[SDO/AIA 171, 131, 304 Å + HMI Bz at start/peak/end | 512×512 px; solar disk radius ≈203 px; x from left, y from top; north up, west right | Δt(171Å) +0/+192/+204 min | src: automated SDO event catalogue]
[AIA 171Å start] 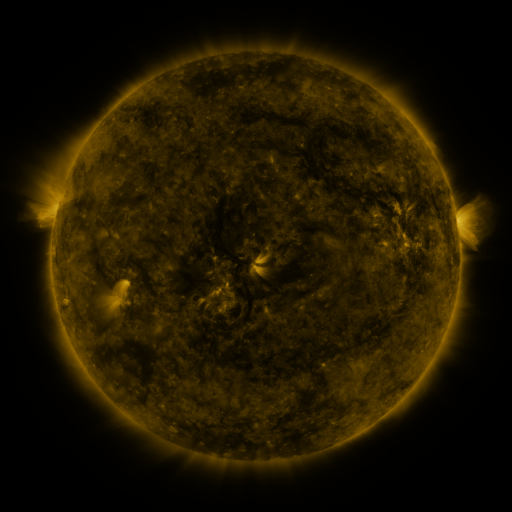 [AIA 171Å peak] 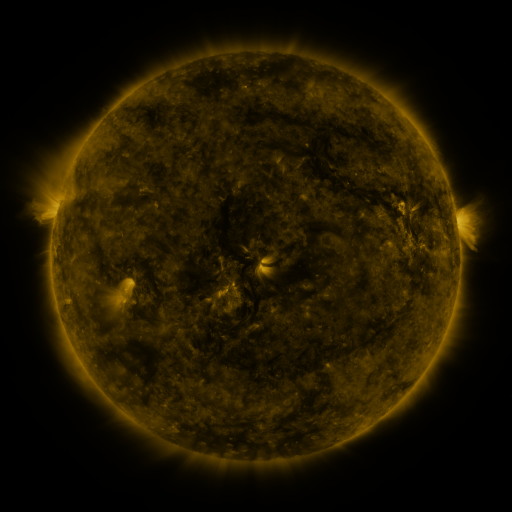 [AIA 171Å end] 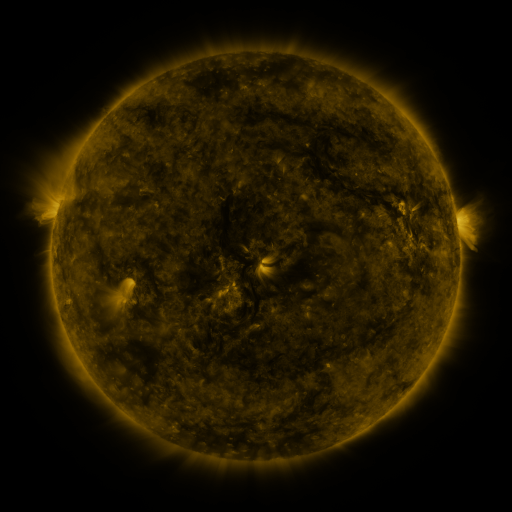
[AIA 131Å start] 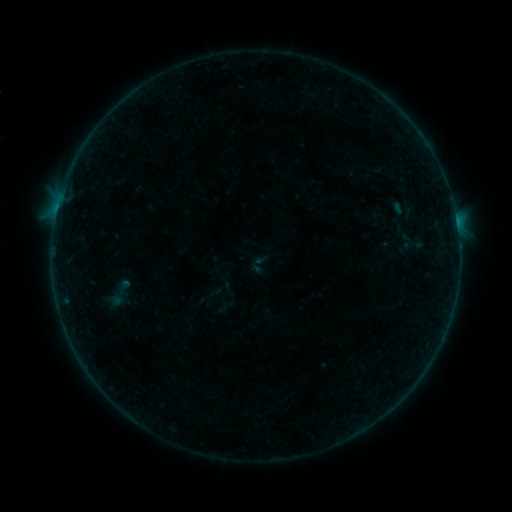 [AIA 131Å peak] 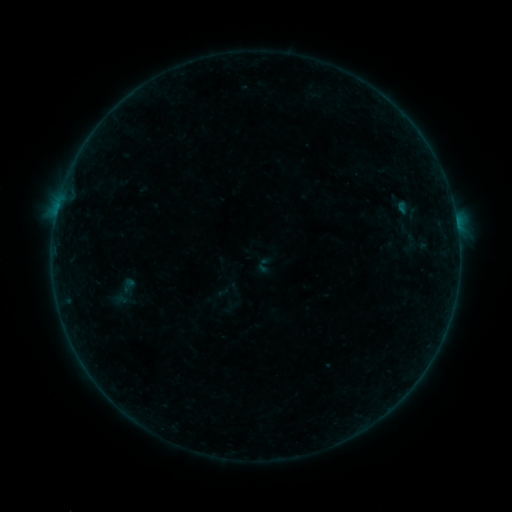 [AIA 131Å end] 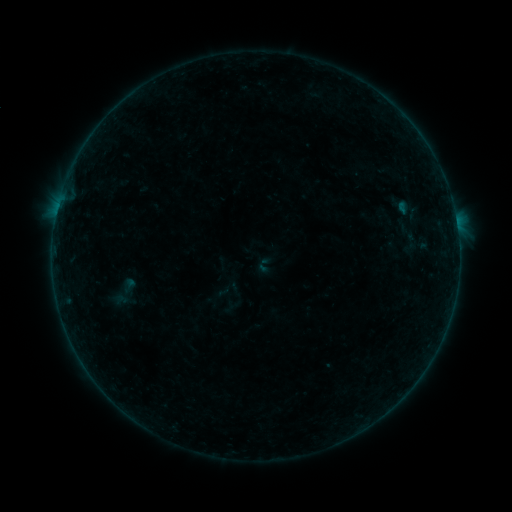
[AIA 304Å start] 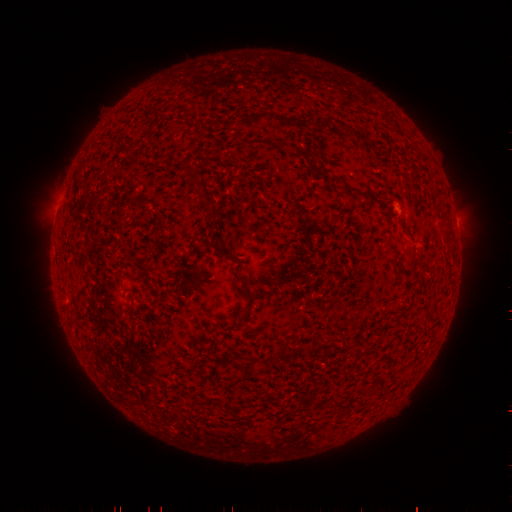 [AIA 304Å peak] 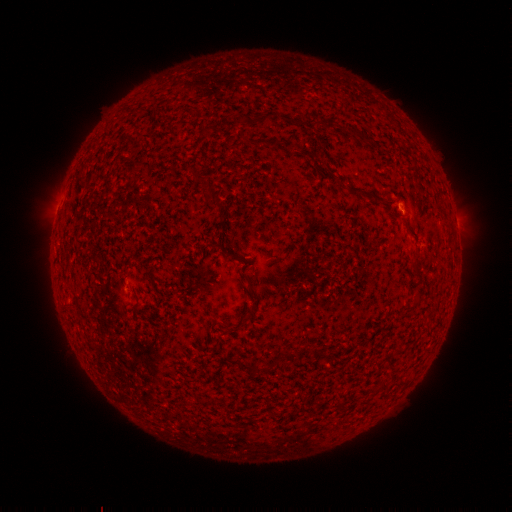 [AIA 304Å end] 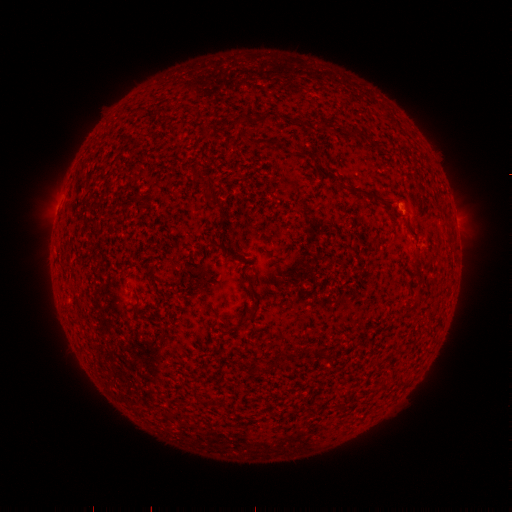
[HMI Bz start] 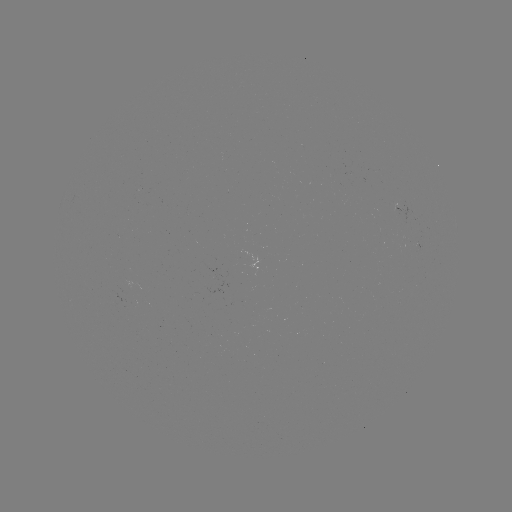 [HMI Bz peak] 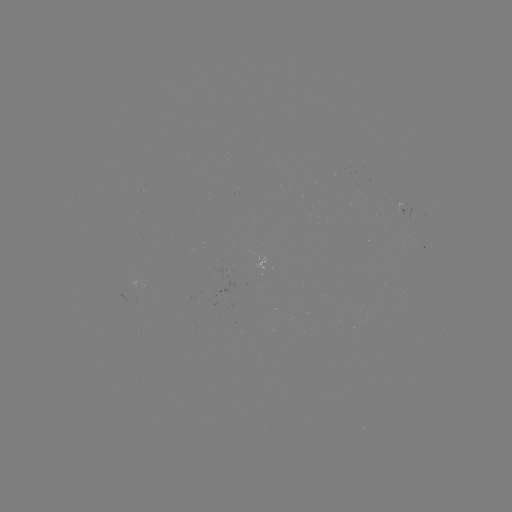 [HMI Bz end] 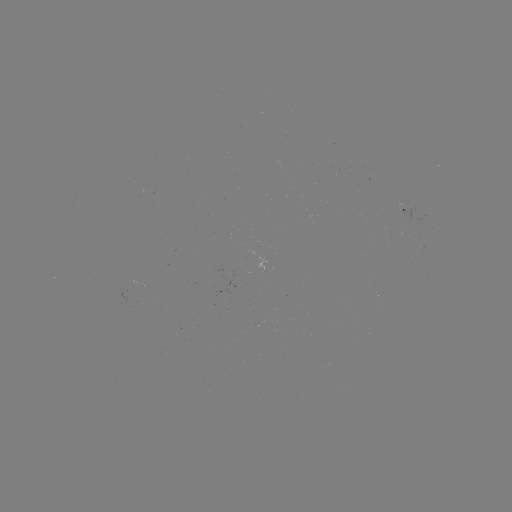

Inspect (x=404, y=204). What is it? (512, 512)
emerging-flux region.